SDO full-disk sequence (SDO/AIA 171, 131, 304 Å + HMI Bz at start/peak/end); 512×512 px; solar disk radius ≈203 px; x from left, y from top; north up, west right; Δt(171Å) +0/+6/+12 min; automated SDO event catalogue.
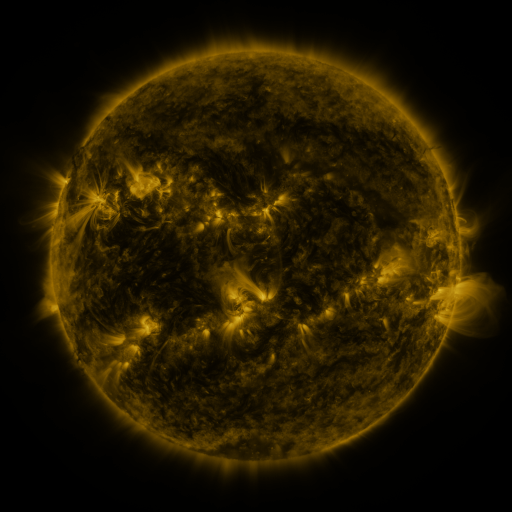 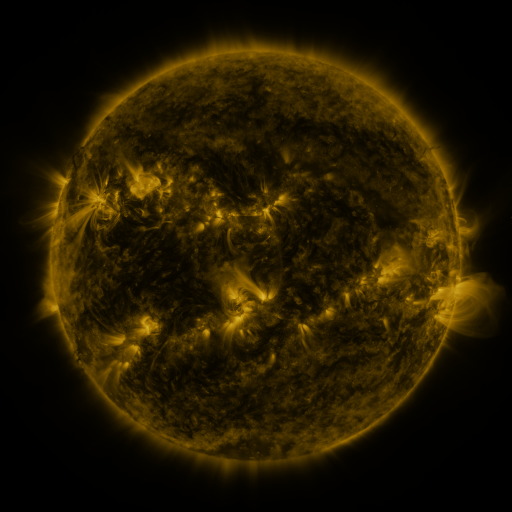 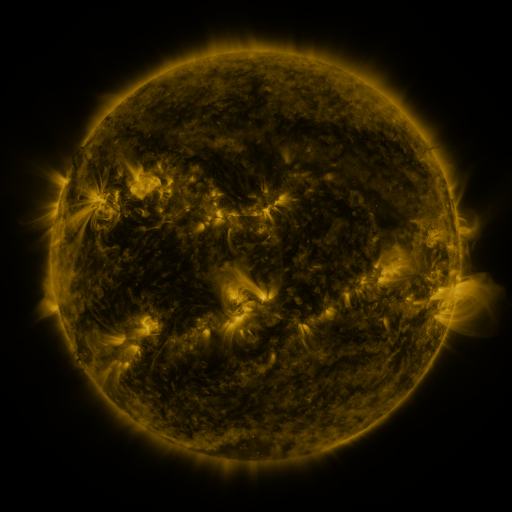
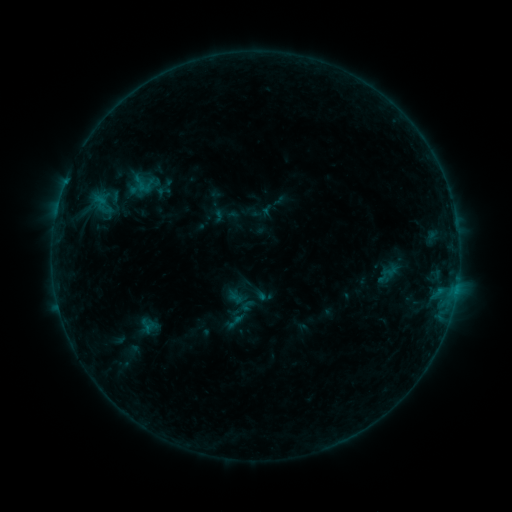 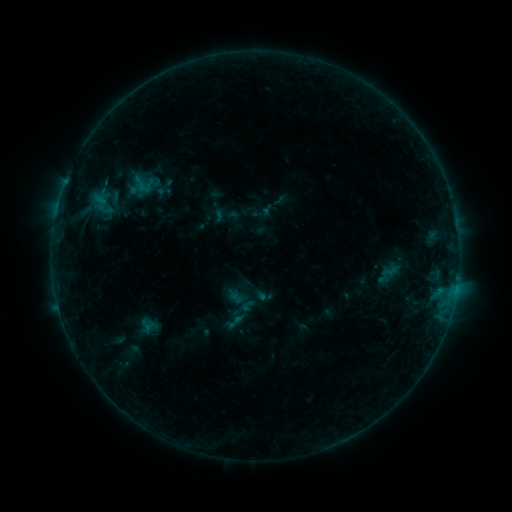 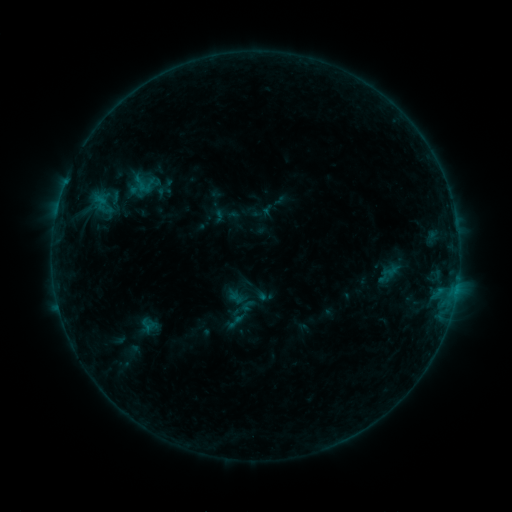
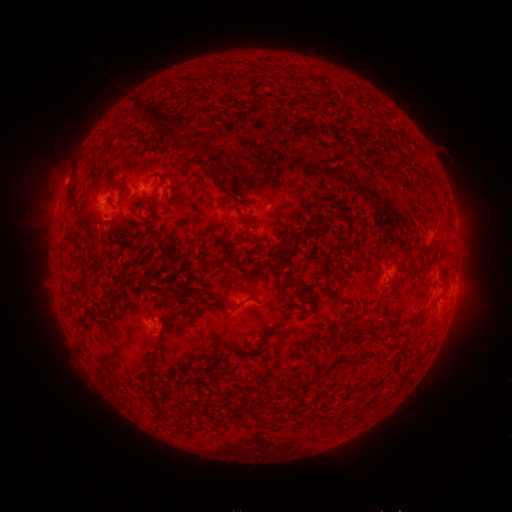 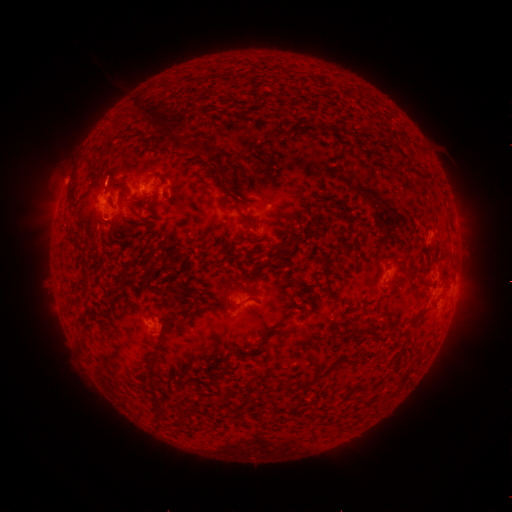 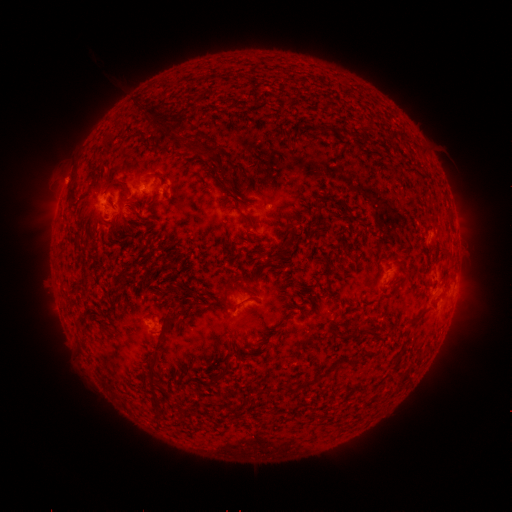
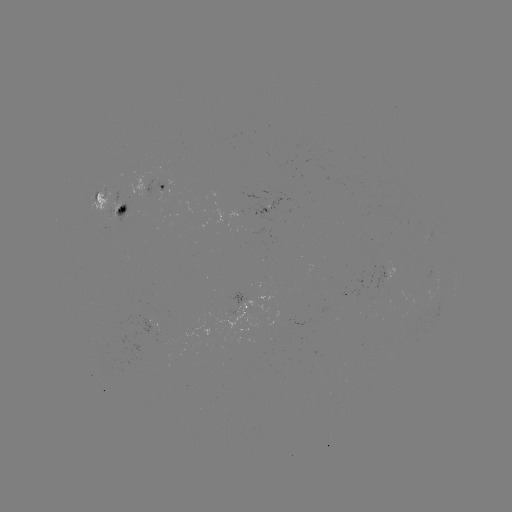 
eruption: [82, 154, 132, 203]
